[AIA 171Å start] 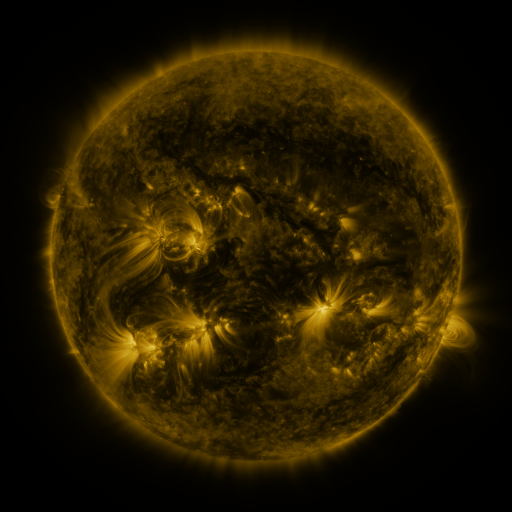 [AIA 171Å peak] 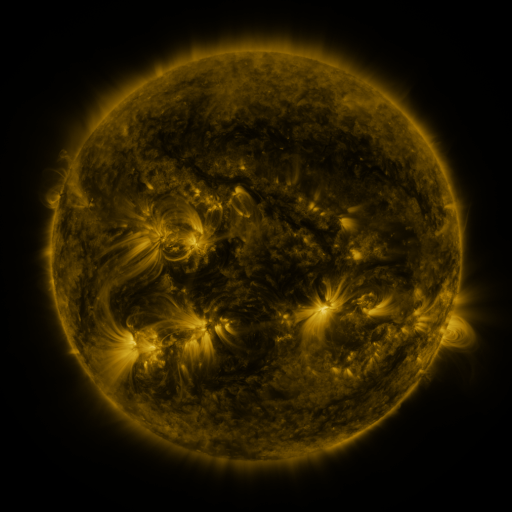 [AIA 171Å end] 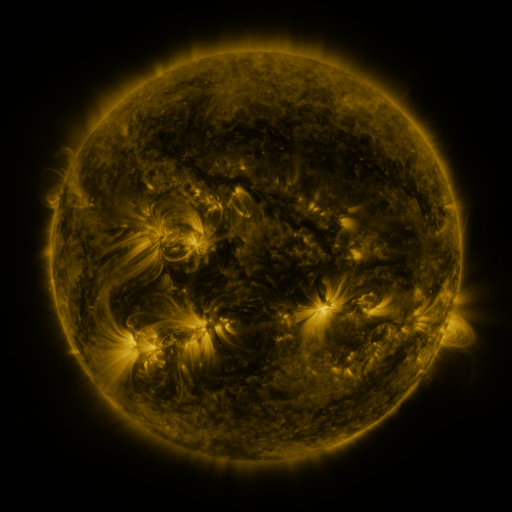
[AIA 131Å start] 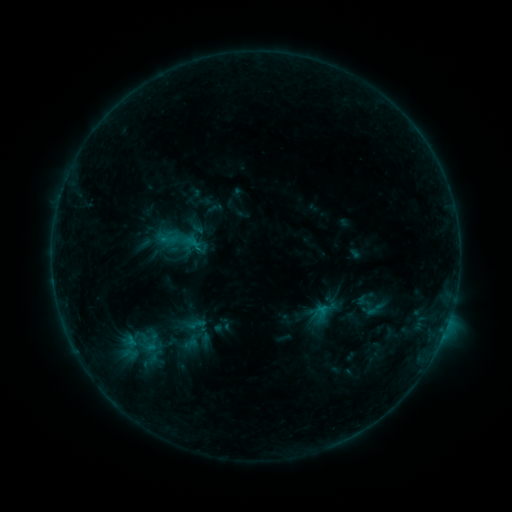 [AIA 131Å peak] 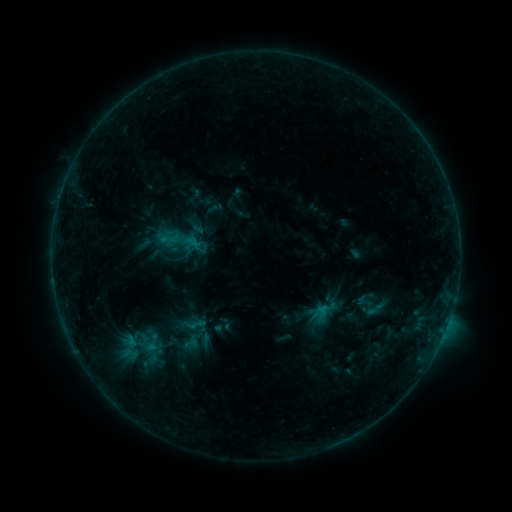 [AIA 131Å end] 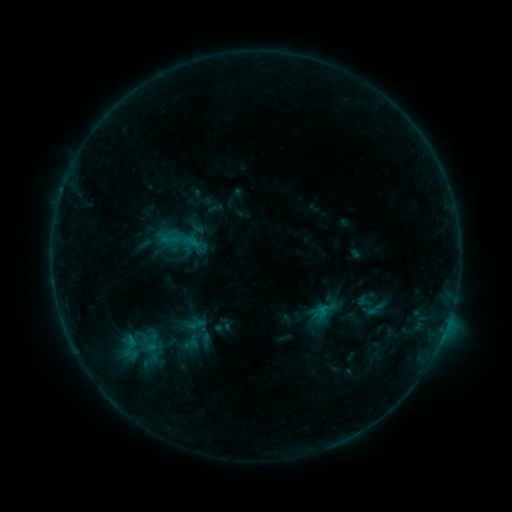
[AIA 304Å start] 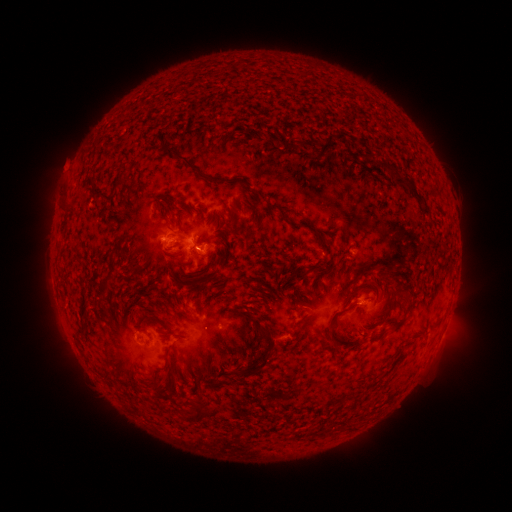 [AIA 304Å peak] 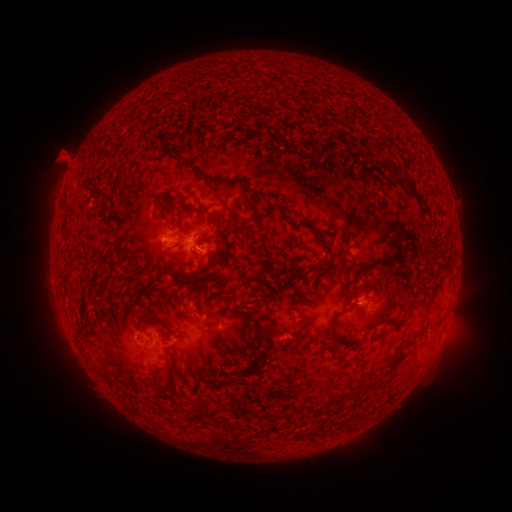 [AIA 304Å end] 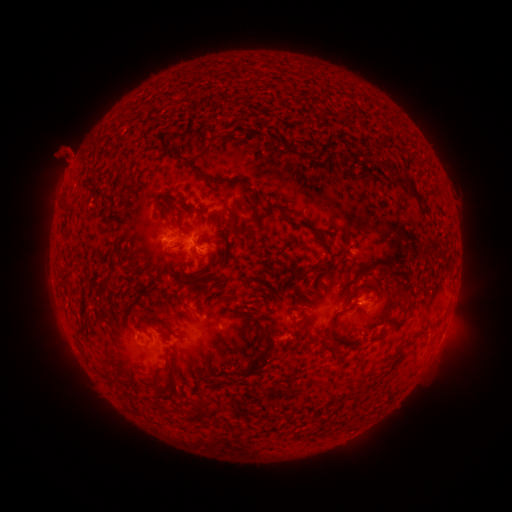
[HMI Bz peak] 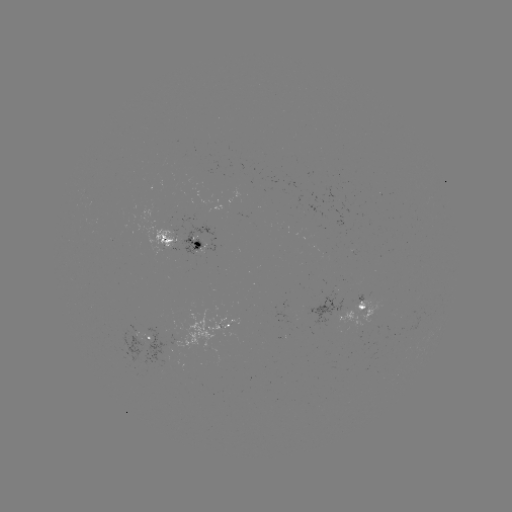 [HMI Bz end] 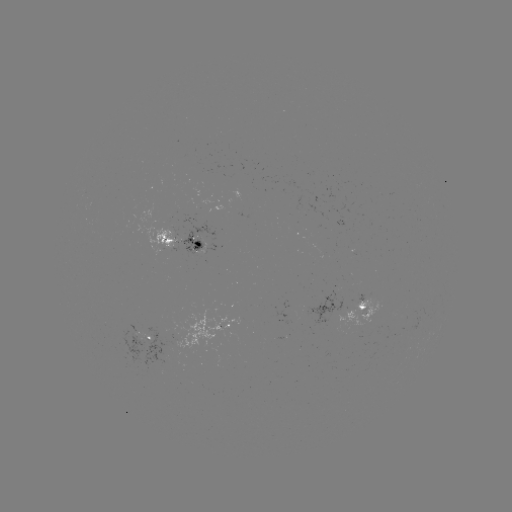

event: eruption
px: (67, 161)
